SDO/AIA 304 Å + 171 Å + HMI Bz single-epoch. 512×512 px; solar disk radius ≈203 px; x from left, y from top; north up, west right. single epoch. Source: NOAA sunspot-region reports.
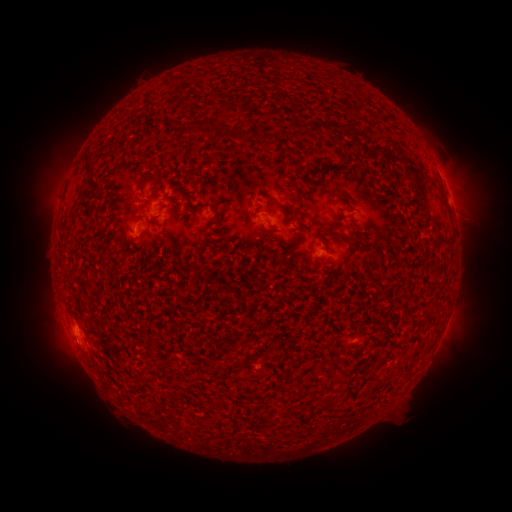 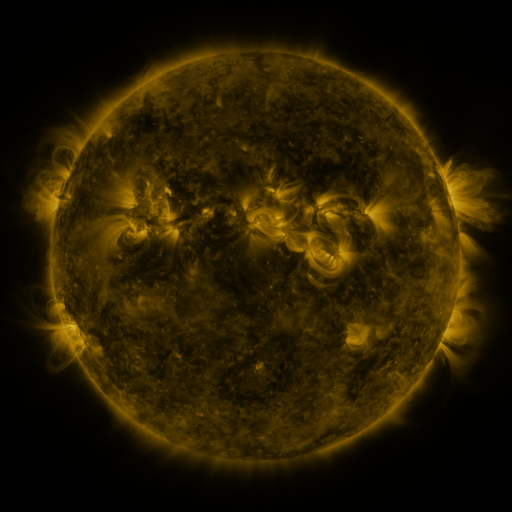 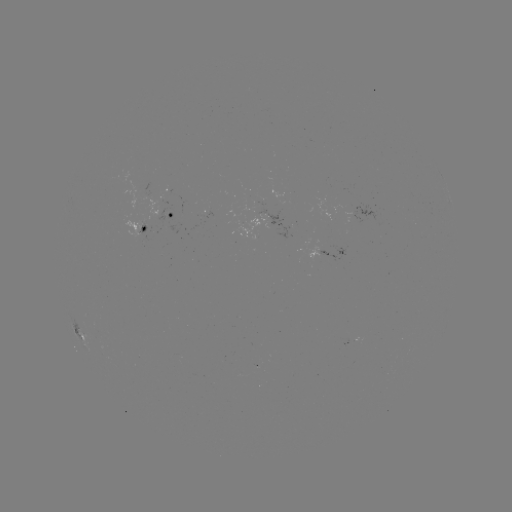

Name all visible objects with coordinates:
spotted active region: (449, 204)
spotted active region: (173, 218)
spotted active region: (266, 220)
spotted active region: (144, 230)
spotted active region: (321, 255)
spotted active region: (83, 338)
